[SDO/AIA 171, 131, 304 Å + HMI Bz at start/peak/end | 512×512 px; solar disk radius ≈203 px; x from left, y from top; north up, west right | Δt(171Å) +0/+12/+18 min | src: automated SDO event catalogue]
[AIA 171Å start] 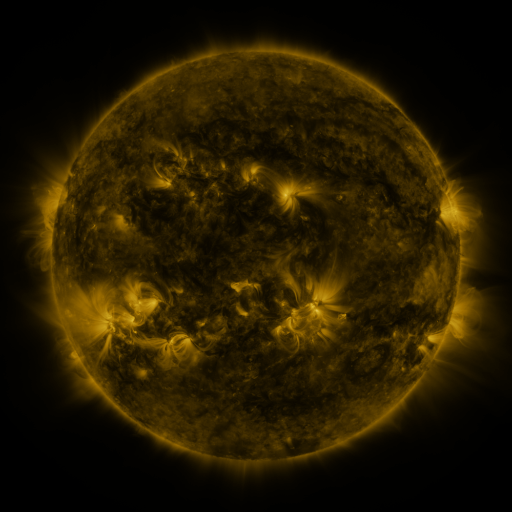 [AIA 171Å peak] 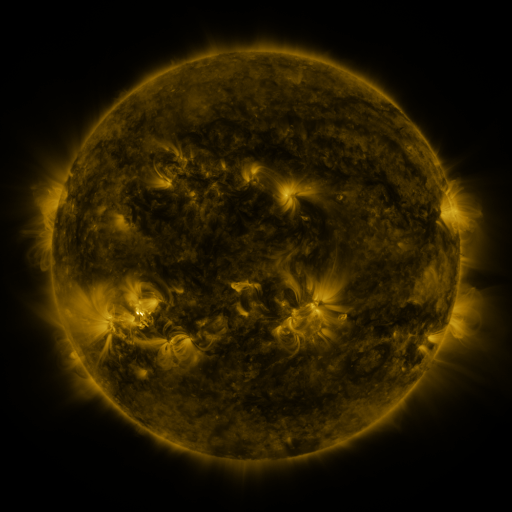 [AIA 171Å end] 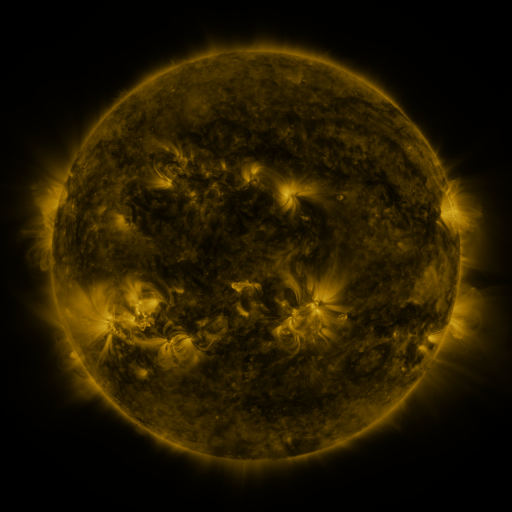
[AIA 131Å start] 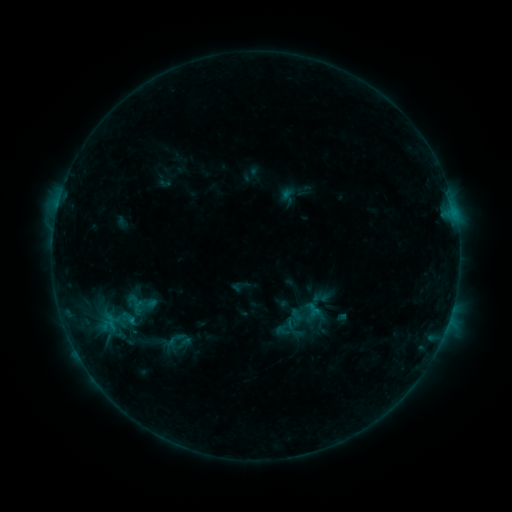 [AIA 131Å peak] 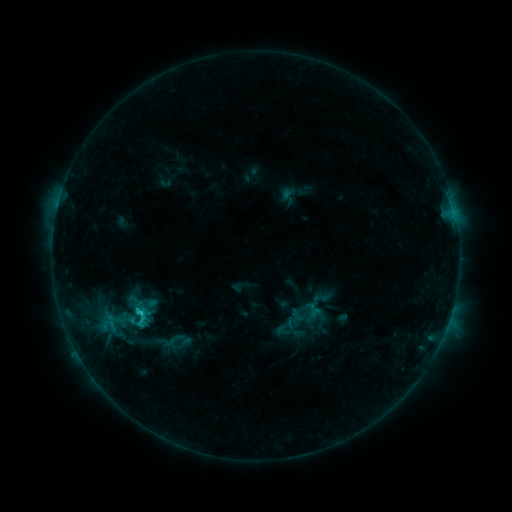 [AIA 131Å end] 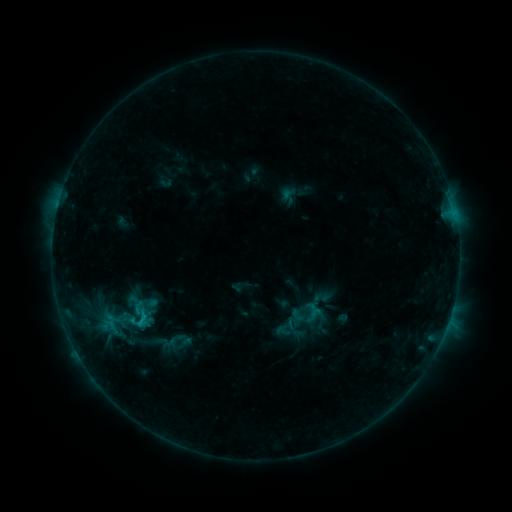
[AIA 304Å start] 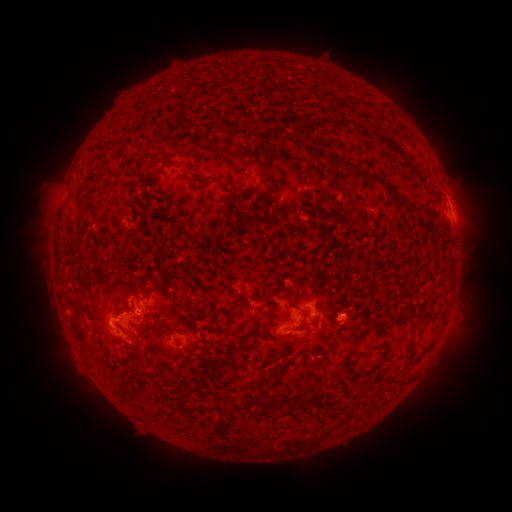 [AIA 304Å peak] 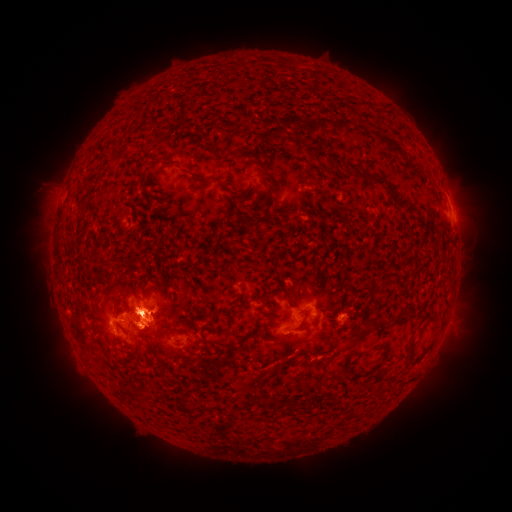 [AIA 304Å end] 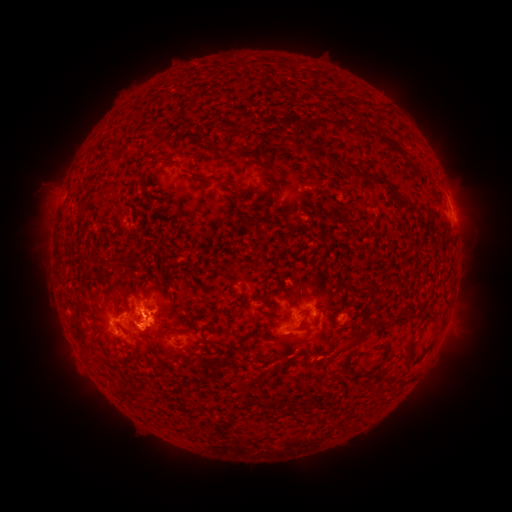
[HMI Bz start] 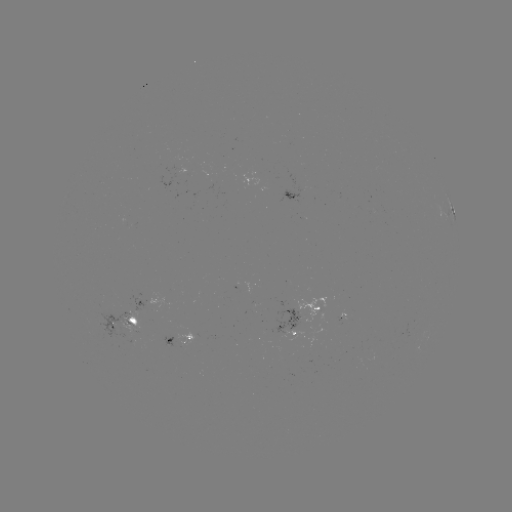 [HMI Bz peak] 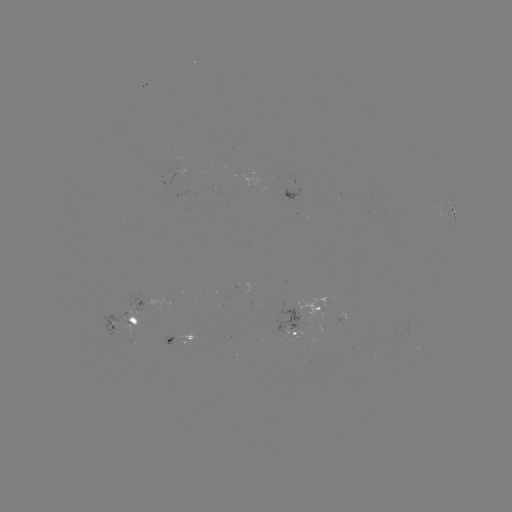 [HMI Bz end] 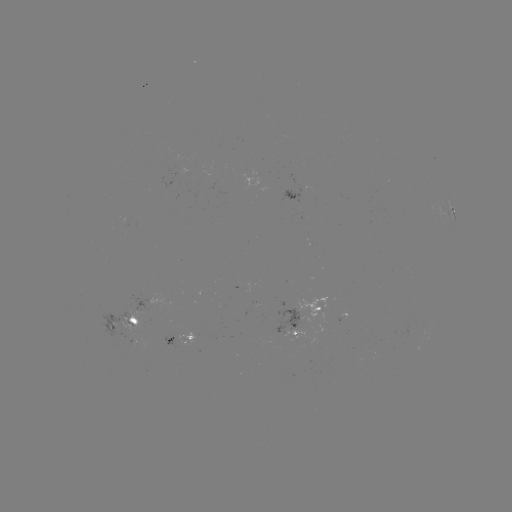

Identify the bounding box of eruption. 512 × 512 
[102, 234, 220, 389].